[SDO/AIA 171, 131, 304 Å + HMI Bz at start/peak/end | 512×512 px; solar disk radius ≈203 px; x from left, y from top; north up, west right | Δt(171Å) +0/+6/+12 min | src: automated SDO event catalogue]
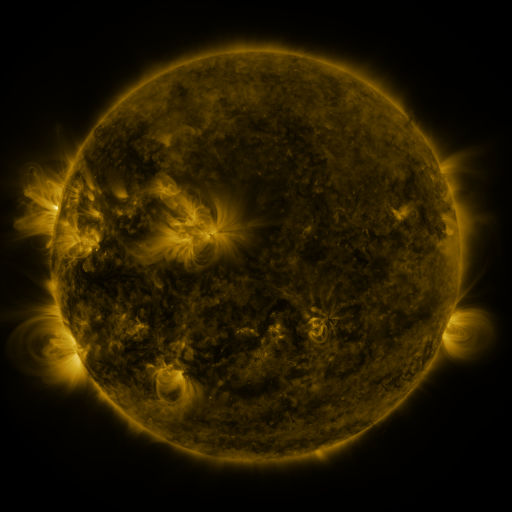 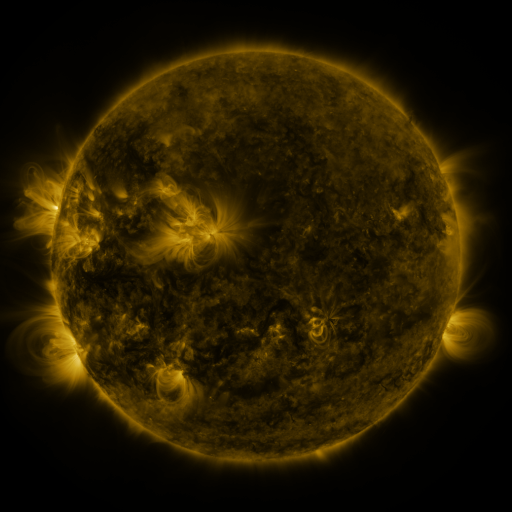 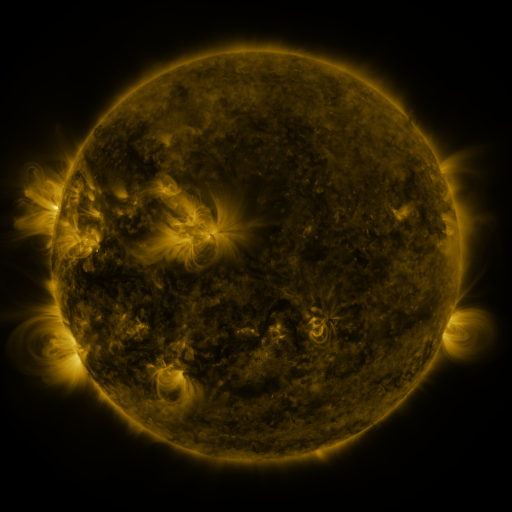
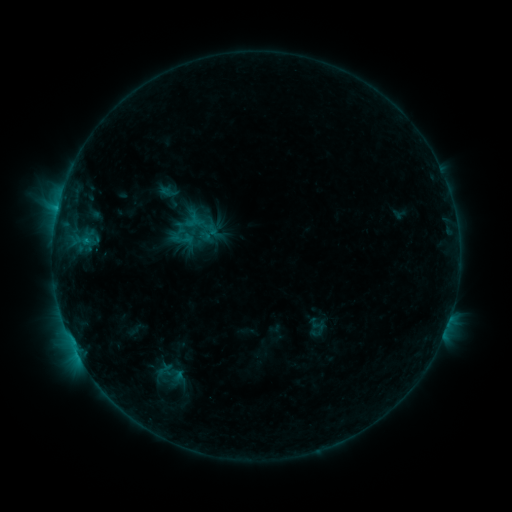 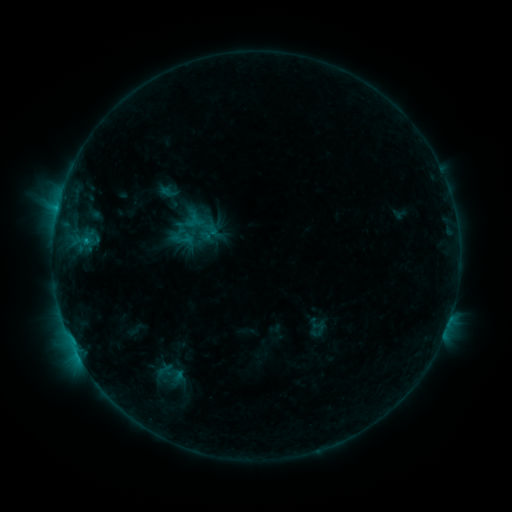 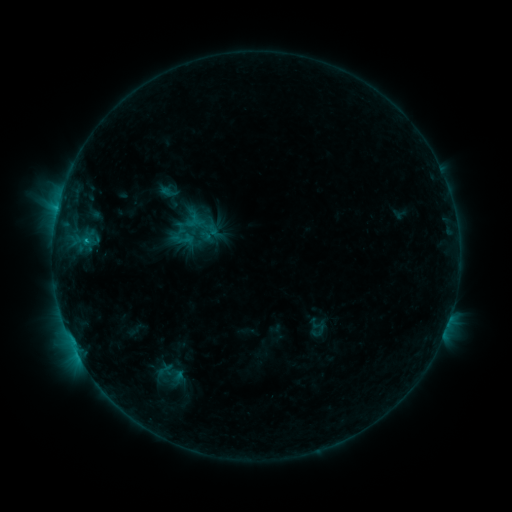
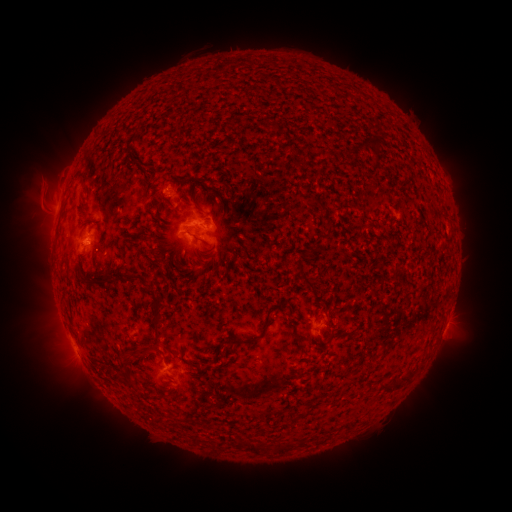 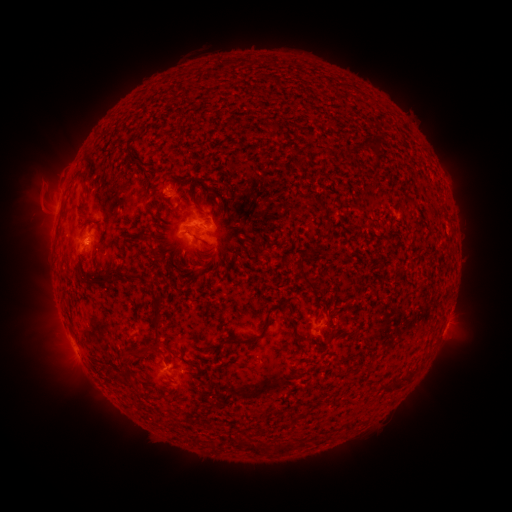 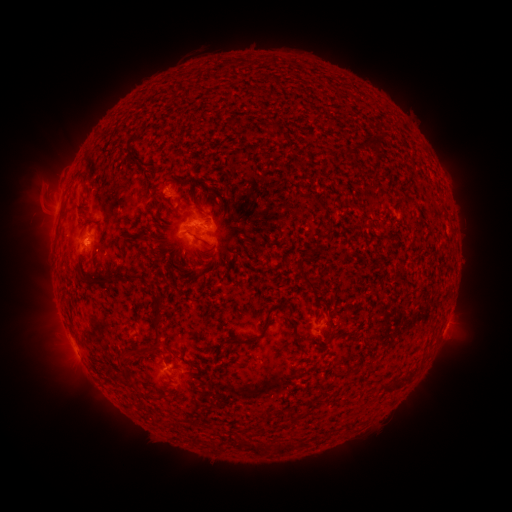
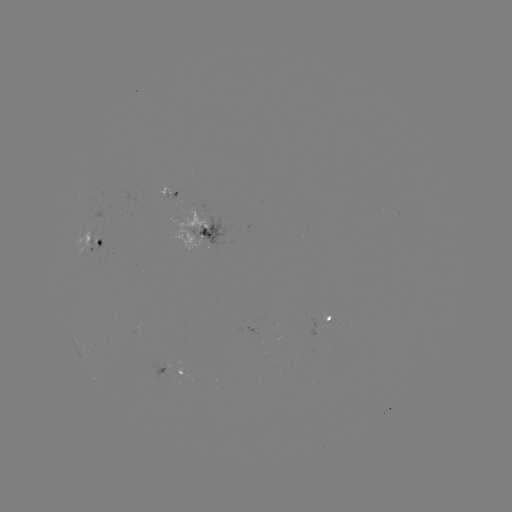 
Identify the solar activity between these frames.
B9.6 flare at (58, 211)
